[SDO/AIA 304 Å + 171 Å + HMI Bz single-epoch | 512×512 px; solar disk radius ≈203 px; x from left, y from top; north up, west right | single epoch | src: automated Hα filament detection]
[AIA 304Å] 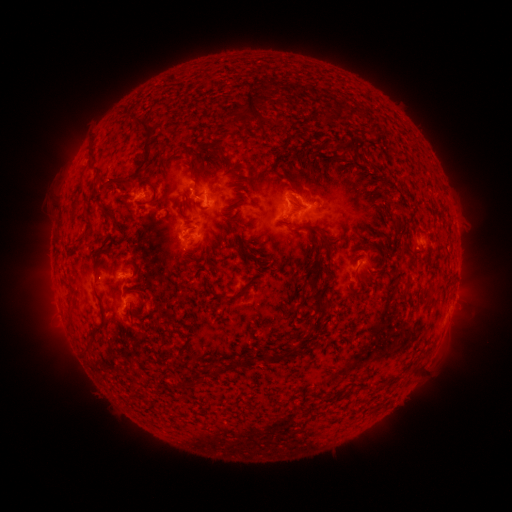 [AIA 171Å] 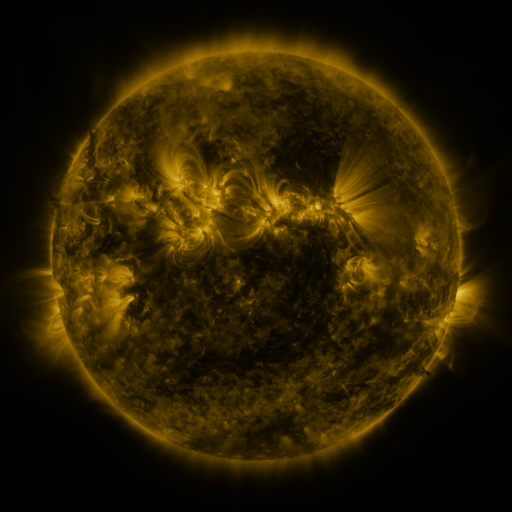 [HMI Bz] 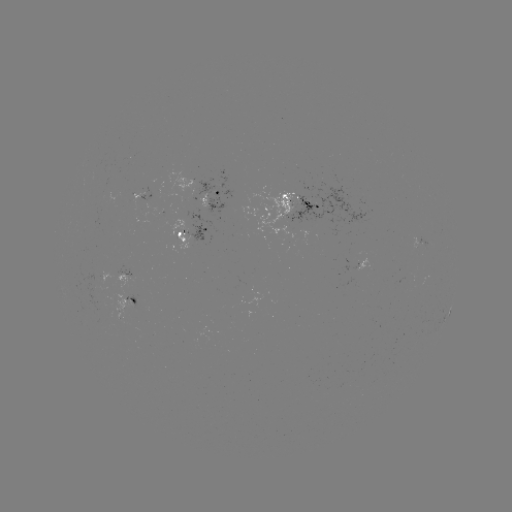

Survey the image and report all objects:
filament: (242, 92, 263, 123)
filament: (321, 102, 344, 123)
filament: (134, 120, 153, 138)
filament: (333, 138, 350, 157)
filament: (106, 139, 151, 191)
filament: (213, 143, 223, 158)
filament: (87, 148, 96, 162)
filament: (272, 150, 283, 165)
filament: (93, 171, 100, 183)
filament: (276, 173, 288, 181)
filament: (134, 183, 157, 209)
filament: (195, 192, 204, 199)
filament: (182, 197, 191, 208)
filament: (101, 207, 111, 220)
filament: (393, 212, 402, 221)
filament: (221, 215, 237, 227)
filament: (293, 223, 303, 231)
filament: (312, 224, 334, 253)
filament: (74, 237, 84, 245)
filament: (363, 239, 375, 248)
filament: (400, 239, 412, 257)
filament: (307, 272, 317, 283)
filament: (210, 283, 252, 301)
filament: (424, 286, 434, 300)
filament: (304, 288, 331, 311)
filament: (135, 299, 144, 310)
filament: (93, 302, 107, 335)
filament: (168, 328, 180, 335)
filament: (83, 343, 94, 359)
filament: (287, 344, 300, 355)
filament: (231, 358, 241, 369)
filament: (211, 366, 223, 377)
filament: (181, 374, 208, 392)
